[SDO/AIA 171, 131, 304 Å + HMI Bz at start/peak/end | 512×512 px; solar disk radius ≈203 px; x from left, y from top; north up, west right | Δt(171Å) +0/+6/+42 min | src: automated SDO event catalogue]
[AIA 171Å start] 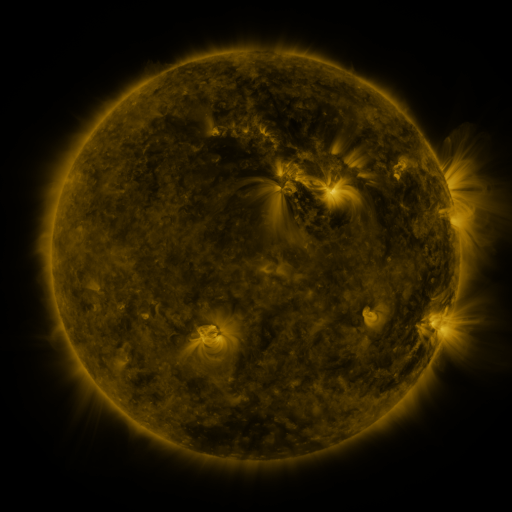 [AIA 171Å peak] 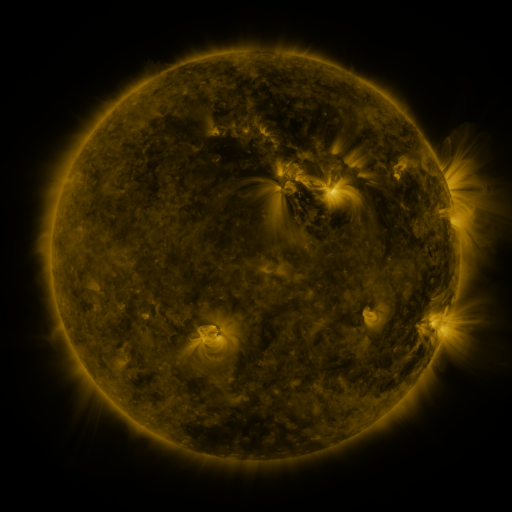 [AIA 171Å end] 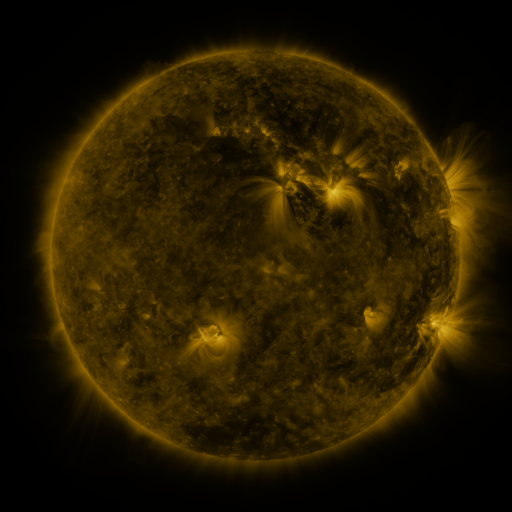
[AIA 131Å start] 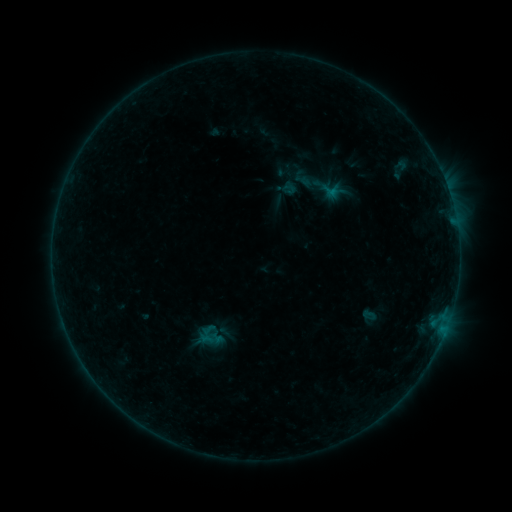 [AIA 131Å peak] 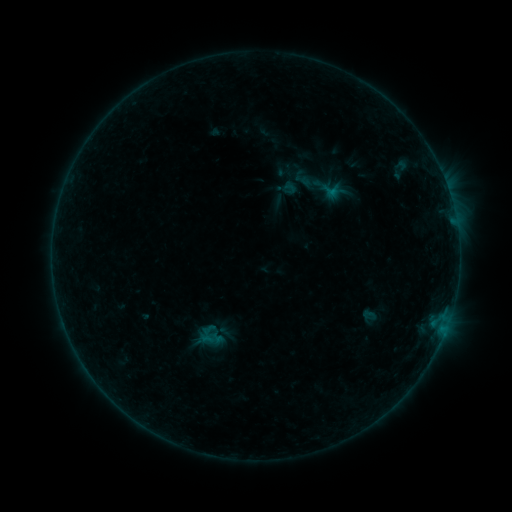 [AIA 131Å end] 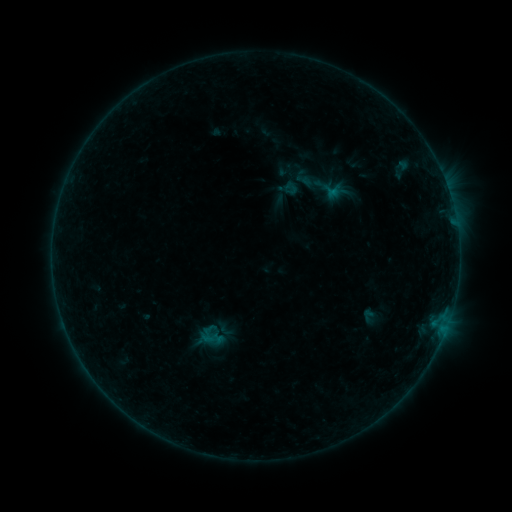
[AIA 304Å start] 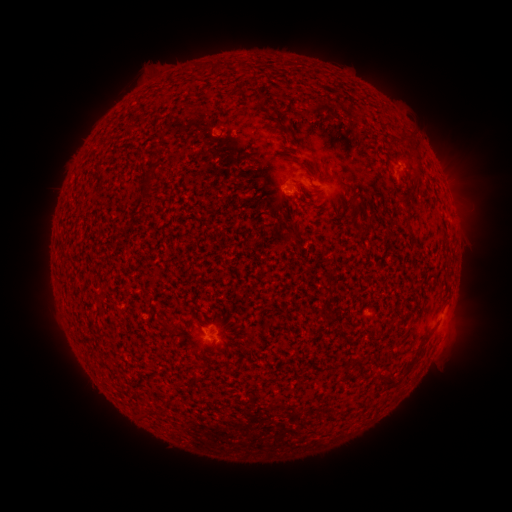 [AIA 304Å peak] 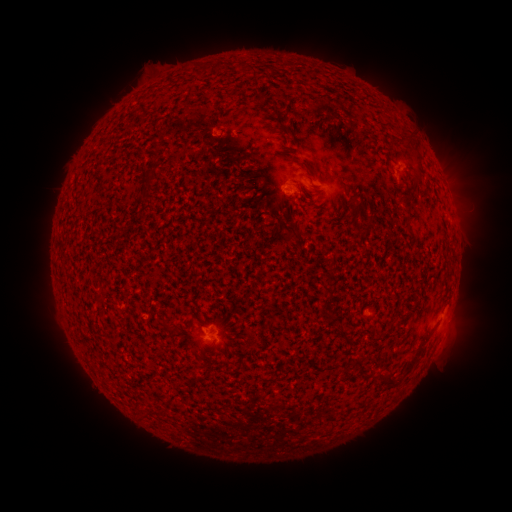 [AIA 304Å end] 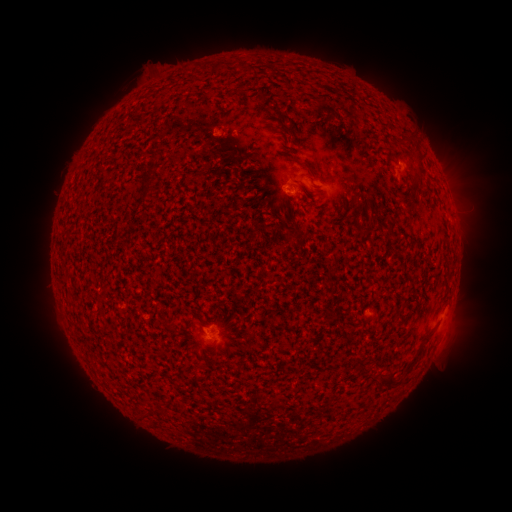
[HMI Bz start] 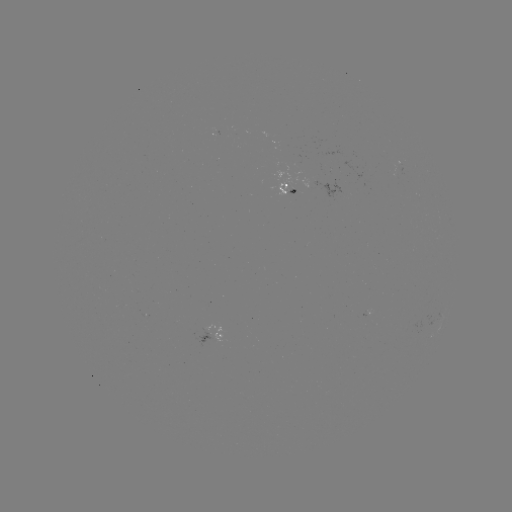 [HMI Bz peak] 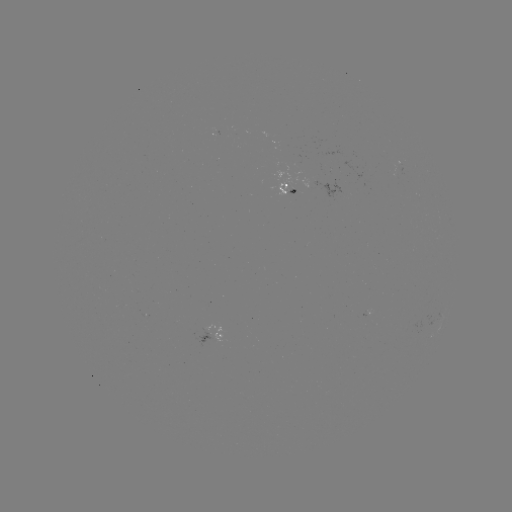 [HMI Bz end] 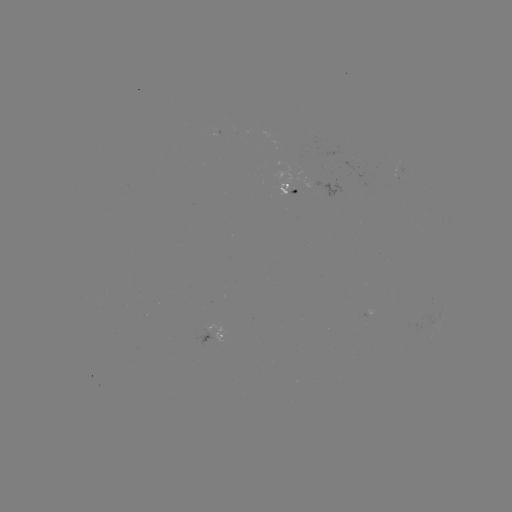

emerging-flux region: <bbox>210, 327, 223, 341</bbox>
